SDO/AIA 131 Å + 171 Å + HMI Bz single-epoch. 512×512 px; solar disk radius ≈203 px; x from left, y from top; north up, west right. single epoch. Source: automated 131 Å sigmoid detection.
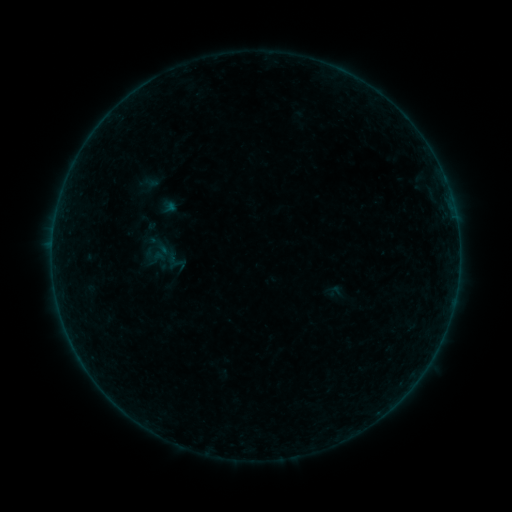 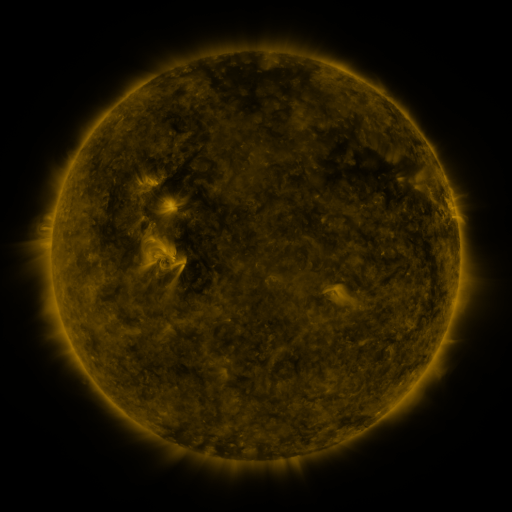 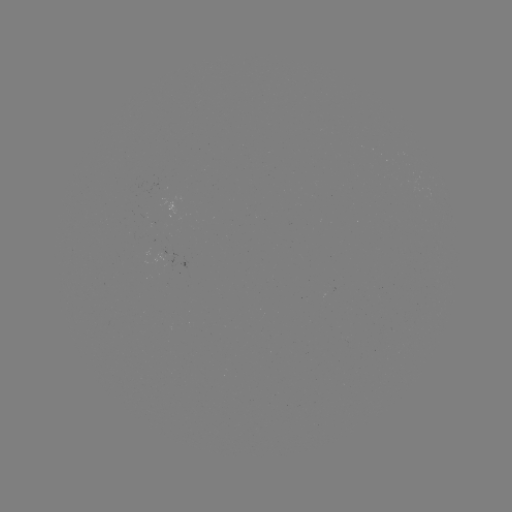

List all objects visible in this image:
sigmoid: <bbox>148, 248, 167, 268</bbox>
